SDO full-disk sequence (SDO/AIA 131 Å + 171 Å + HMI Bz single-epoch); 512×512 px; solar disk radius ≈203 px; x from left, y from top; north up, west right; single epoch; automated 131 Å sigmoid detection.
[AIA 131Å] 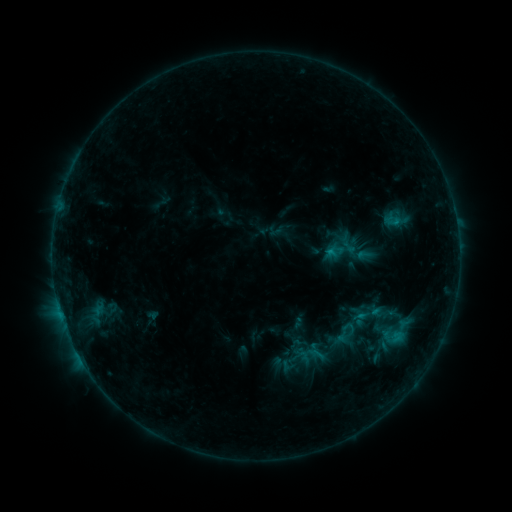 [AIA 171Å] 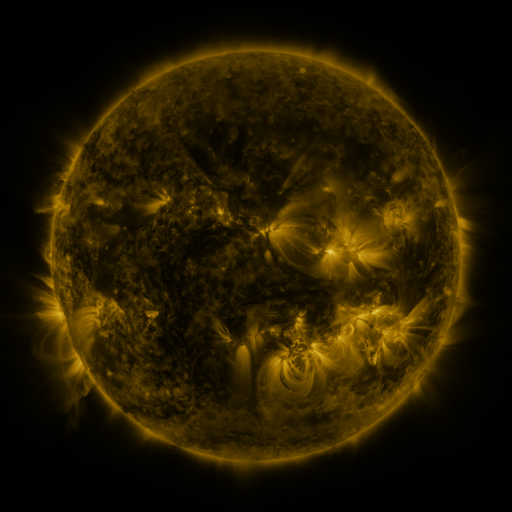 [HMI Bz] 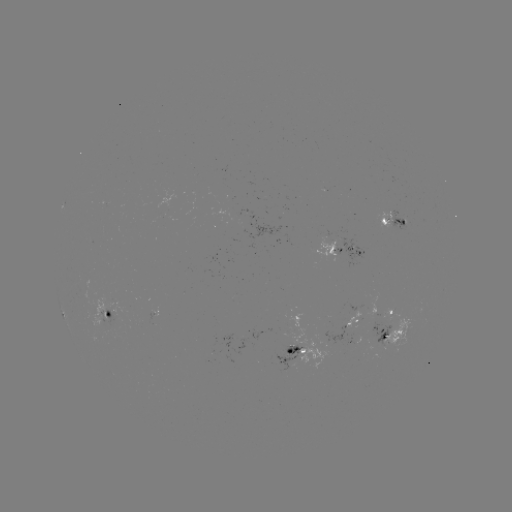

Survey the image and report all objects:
sigmoid: (351, 310, 370, 328)
sigmoid: (378, 313, 415, 350)
